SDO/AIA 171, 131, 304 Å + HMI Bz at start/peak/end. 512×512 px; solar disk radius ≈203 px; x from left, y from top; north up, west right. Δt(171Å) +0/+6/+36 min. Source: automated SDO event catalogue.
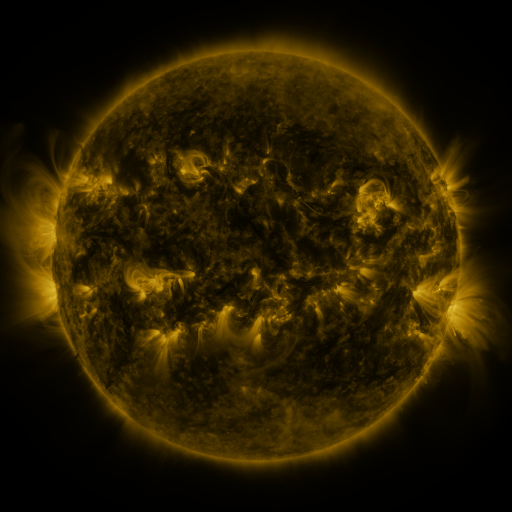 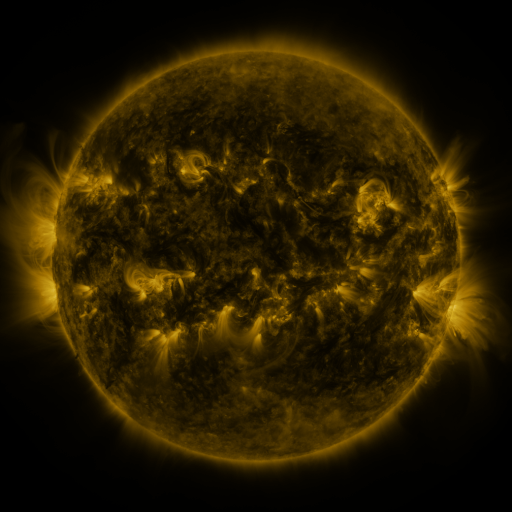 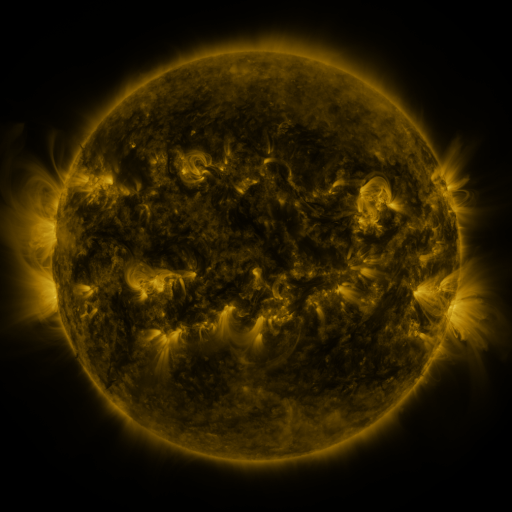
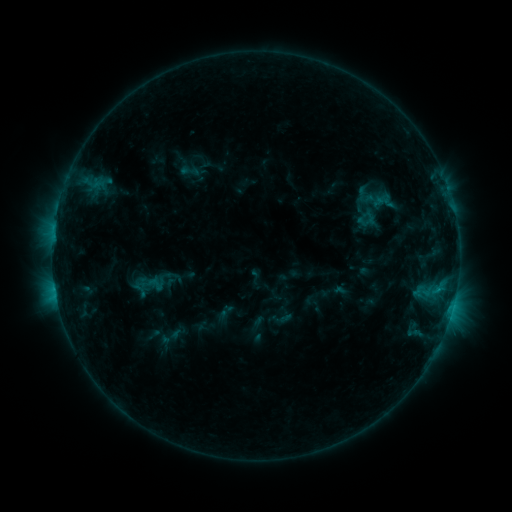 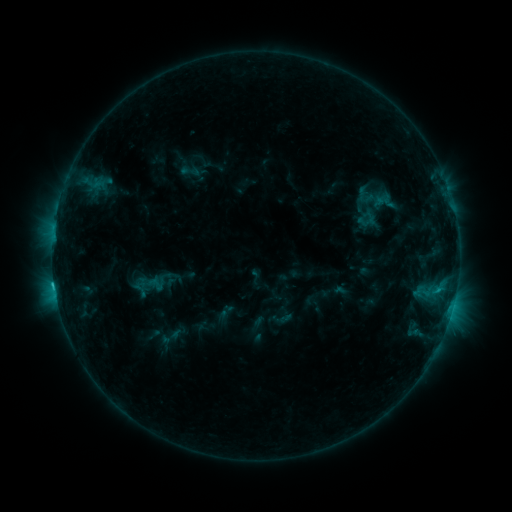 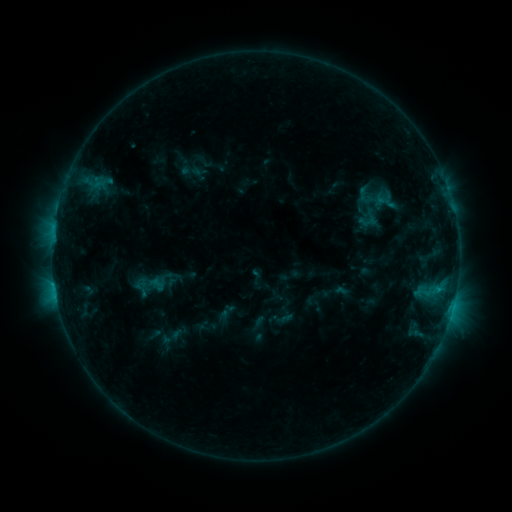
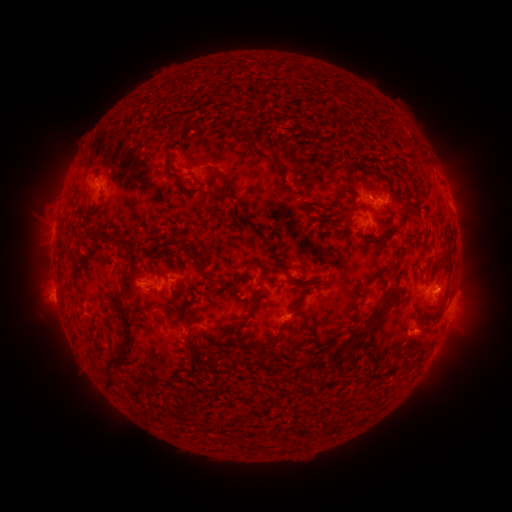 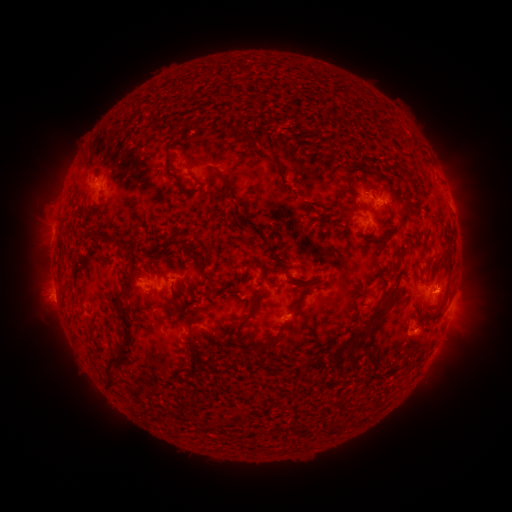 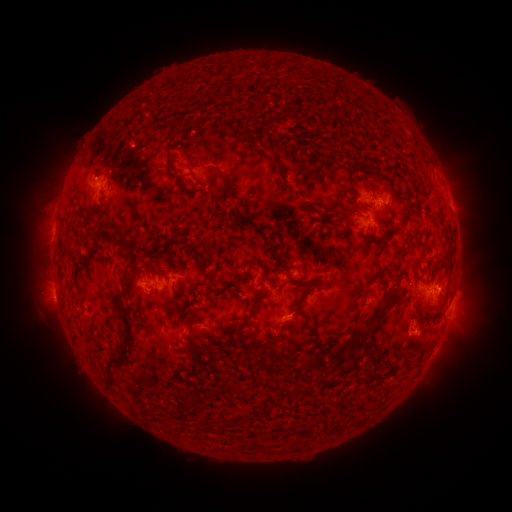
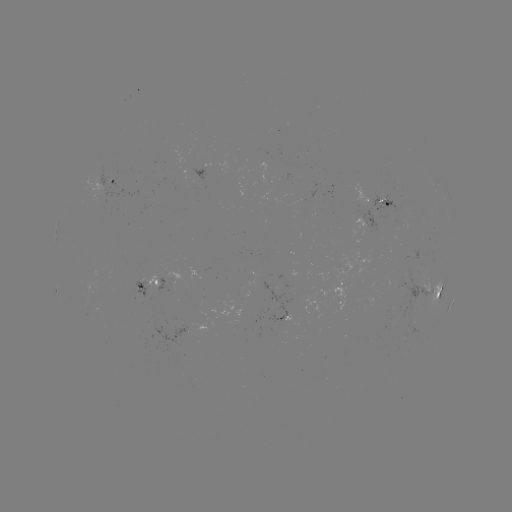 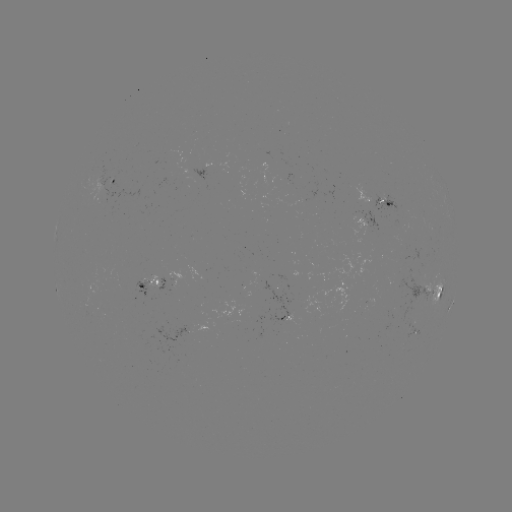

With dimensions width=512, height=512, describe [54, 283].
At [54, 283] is C1.3 flare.